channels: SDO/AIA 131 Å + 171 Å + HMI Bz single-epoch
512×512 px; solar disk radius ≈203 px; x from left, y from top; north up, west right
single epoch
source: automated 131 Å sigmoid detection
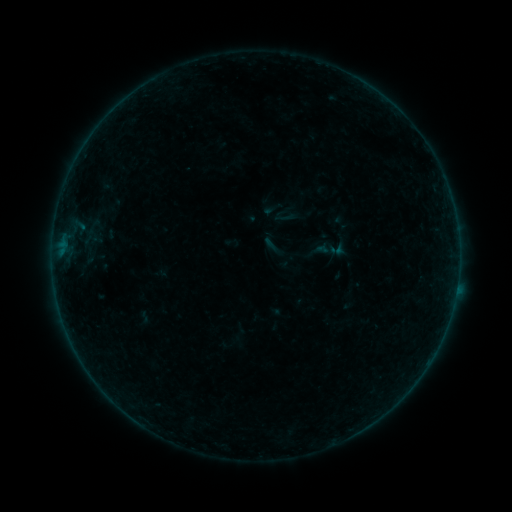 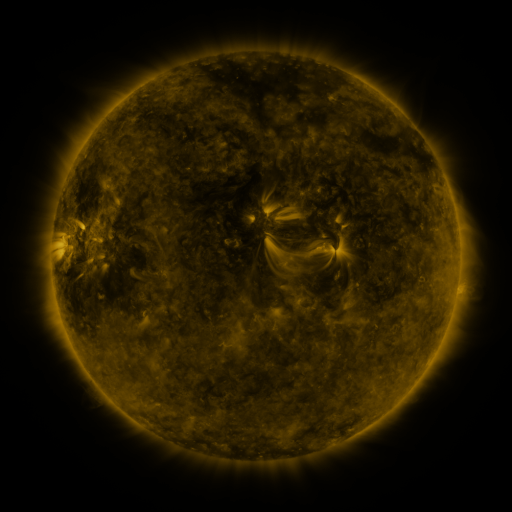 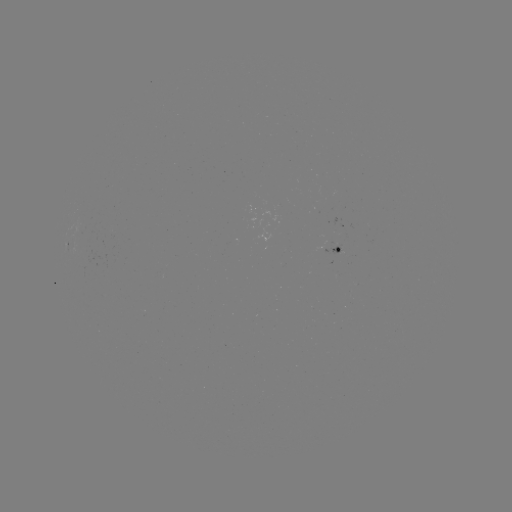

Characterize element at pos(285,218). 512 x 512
sigmoid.